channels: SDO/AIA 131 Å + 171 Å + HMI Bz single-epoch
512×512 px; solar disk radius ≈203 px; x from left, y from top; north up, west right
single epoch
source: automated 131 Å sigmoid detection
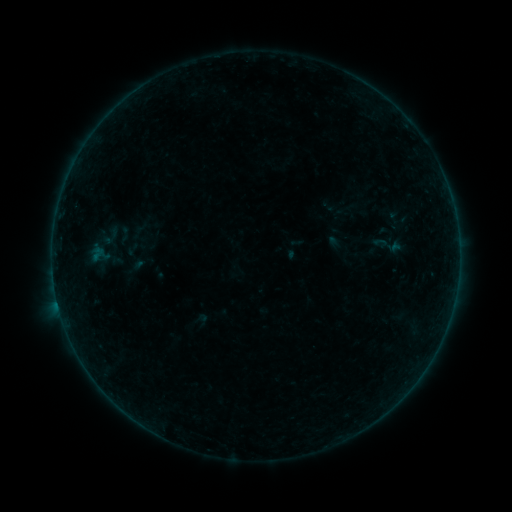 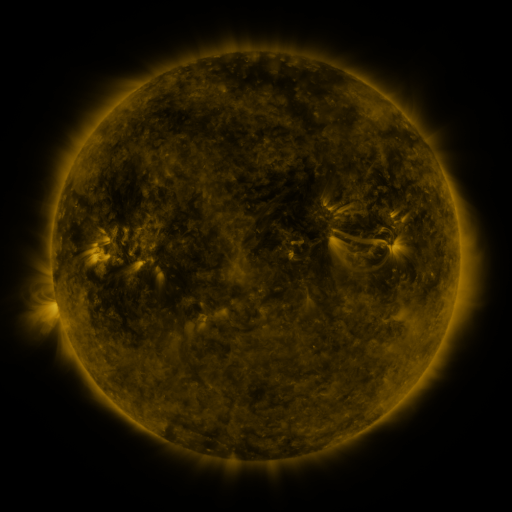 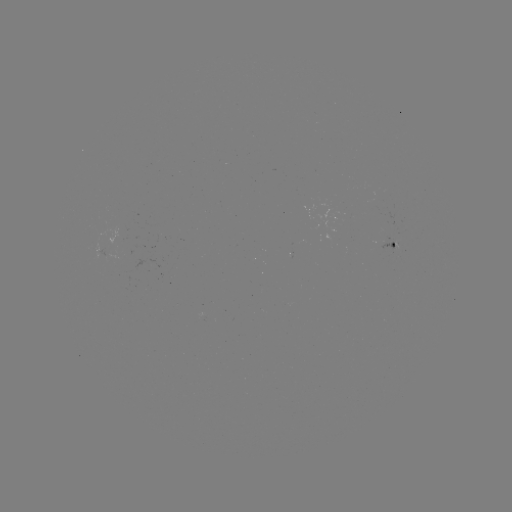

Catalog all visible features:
sigmoid: (99, 248)
sigmoid: (132, 249)
